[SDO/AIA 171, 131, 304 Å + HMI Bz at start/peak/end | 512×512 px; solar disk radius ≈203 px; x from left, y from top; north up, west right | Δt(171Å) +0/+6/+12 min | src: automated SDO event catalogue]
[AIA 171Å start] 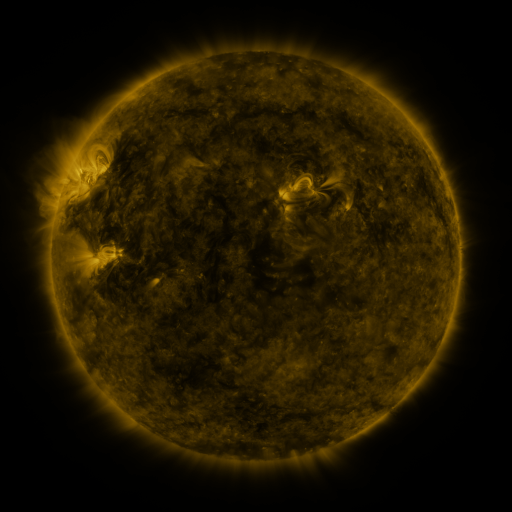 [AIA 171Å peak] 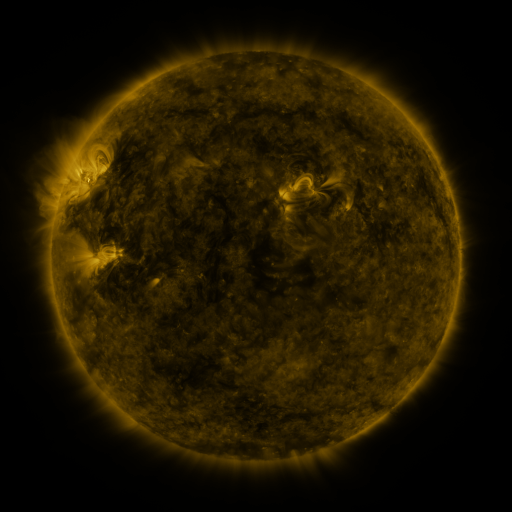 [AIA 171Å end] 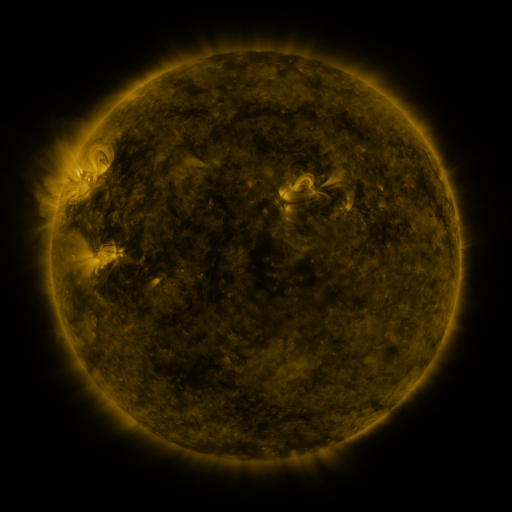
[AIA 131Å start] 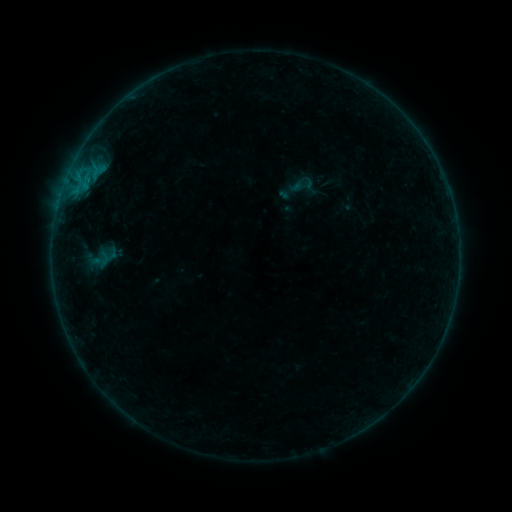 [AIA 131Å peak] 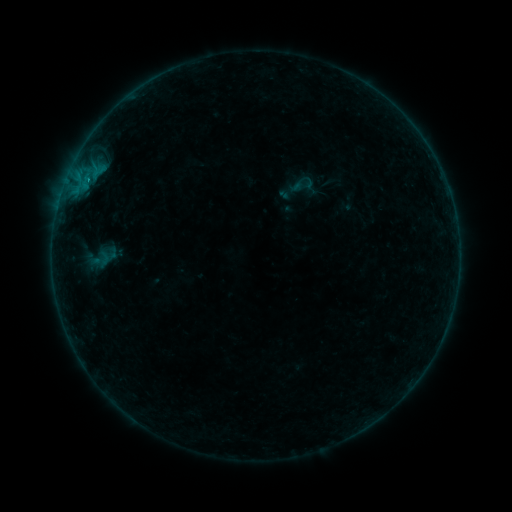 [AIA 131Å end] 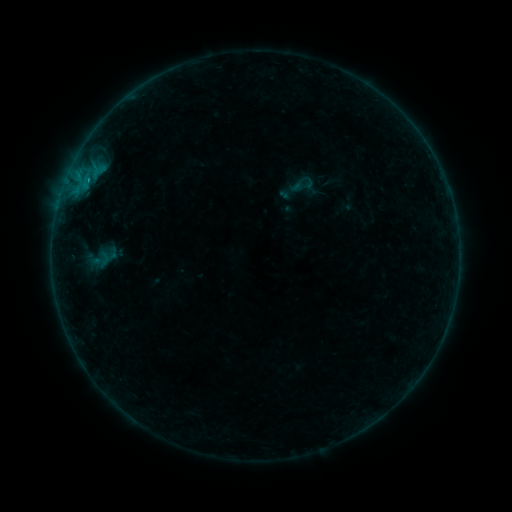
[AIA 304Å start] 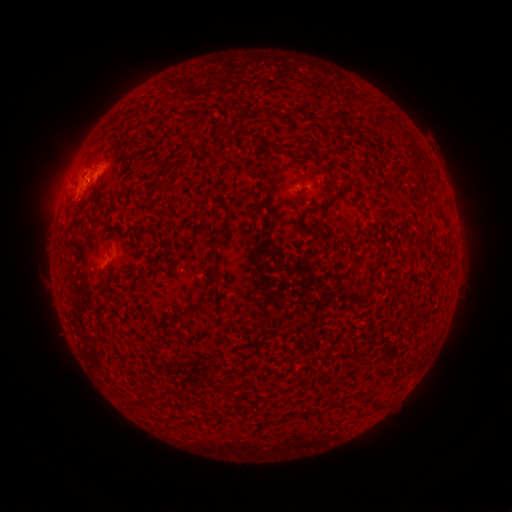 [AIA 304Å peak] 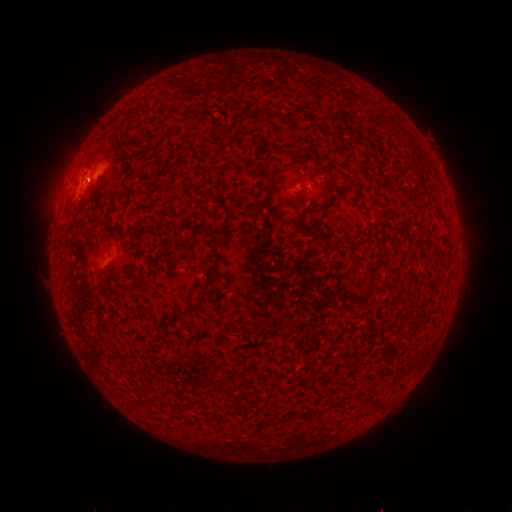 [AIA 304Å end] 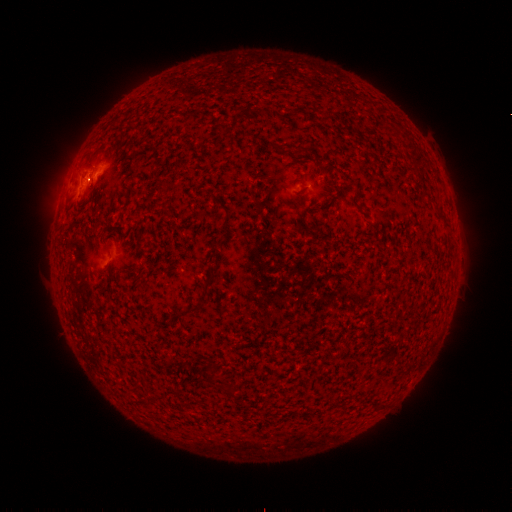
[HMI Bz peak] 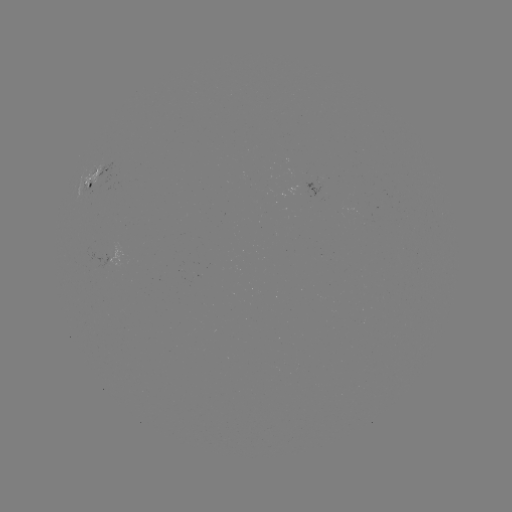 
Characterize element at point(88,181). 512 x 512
B2.3 flare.